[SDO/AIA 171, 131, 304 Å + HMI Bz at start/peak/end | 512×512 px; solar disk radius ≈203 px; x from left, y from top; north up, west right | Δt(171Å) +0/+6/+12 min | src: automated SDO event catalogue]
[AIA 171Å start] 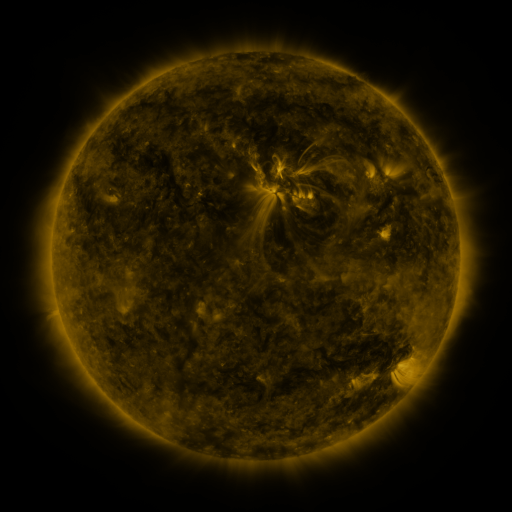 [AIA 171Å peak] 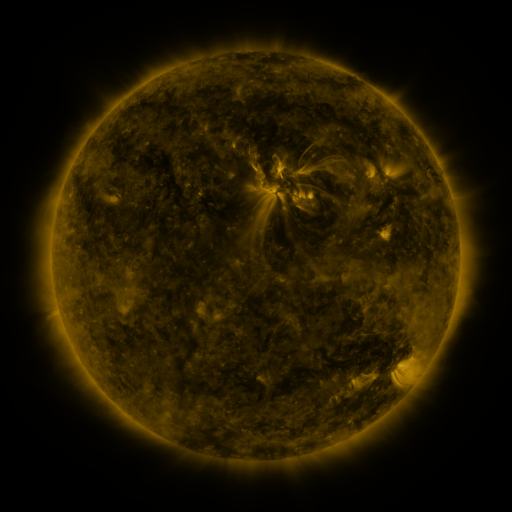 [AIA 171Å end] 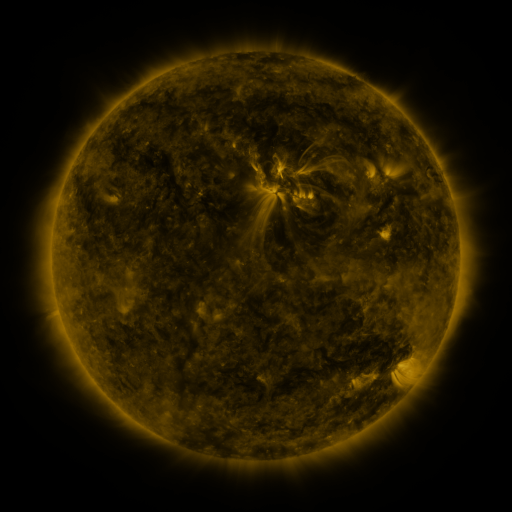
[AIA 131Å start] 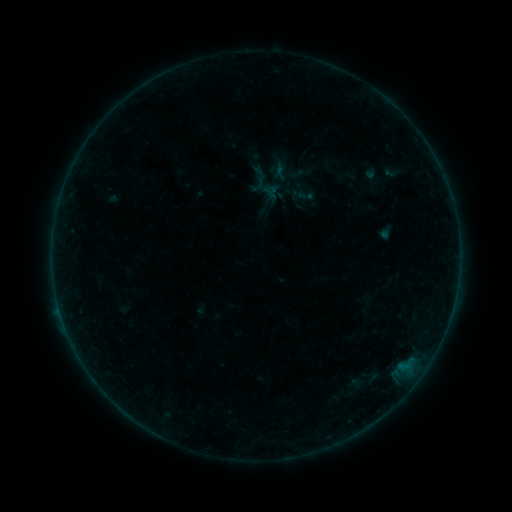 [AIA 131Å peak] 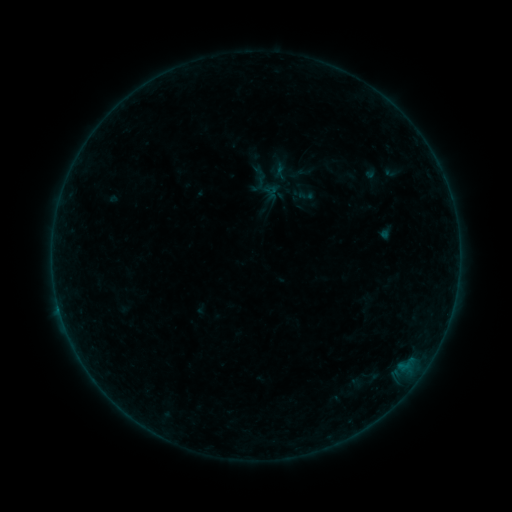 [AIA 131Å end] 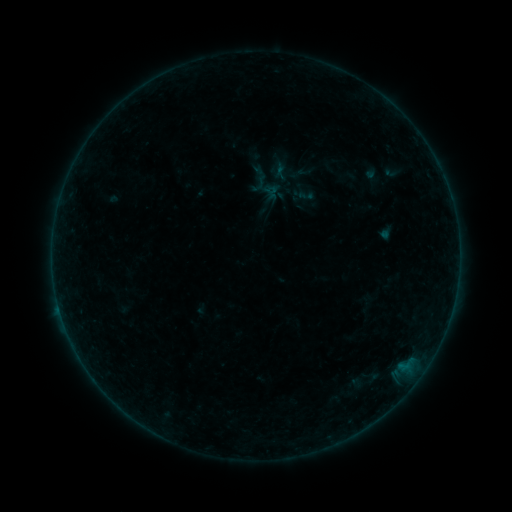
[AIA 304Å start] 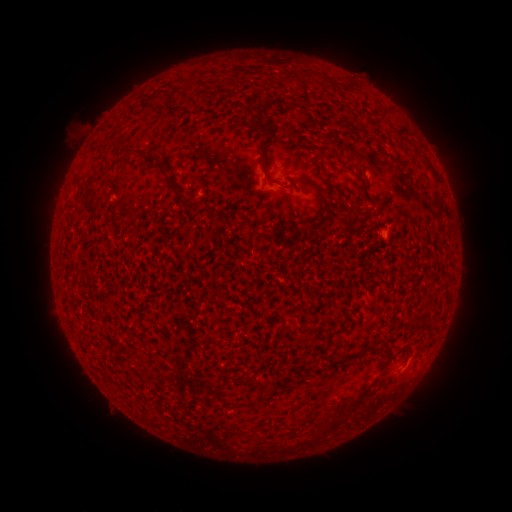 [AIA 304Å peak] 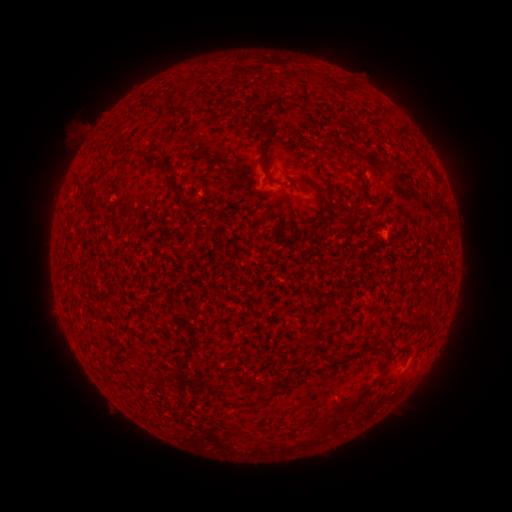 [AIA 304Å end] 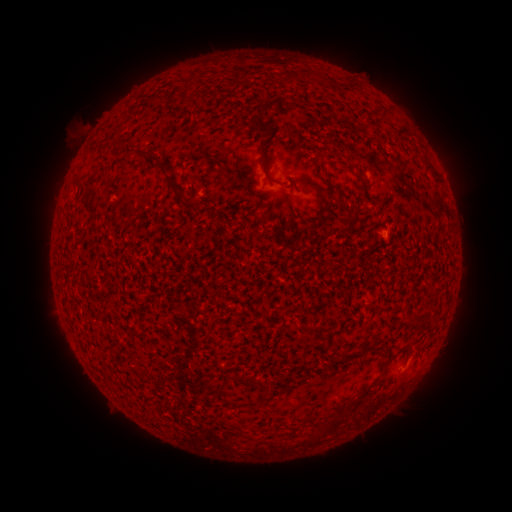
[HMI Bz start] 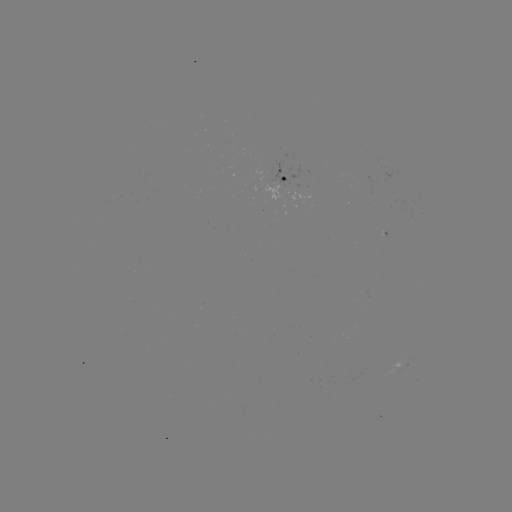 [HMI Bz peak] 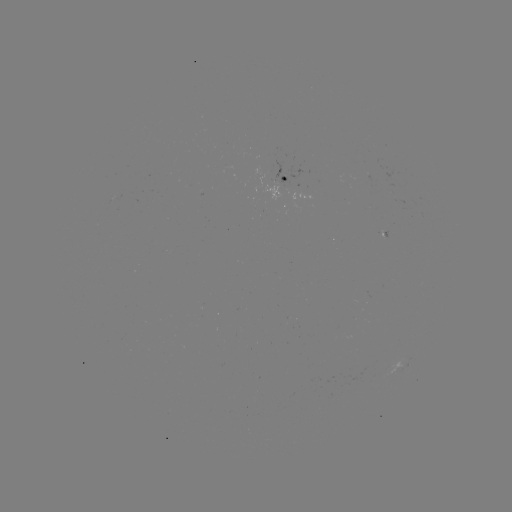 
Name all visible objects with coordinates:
B1.1 flare: (58, 305)
